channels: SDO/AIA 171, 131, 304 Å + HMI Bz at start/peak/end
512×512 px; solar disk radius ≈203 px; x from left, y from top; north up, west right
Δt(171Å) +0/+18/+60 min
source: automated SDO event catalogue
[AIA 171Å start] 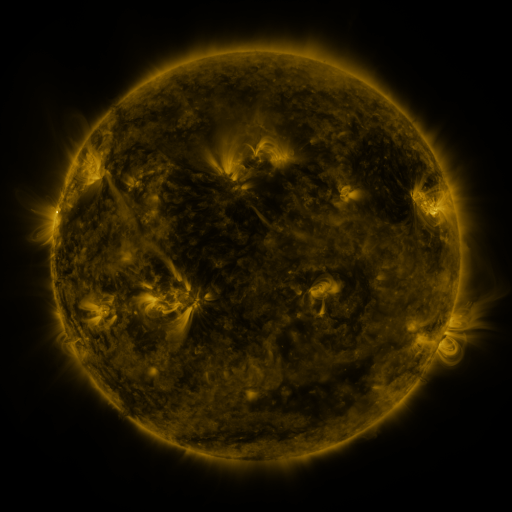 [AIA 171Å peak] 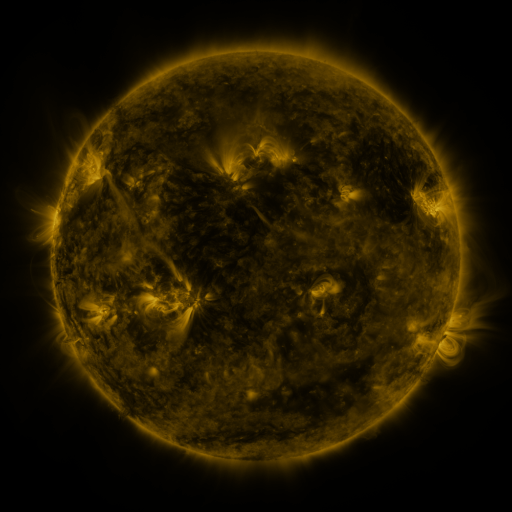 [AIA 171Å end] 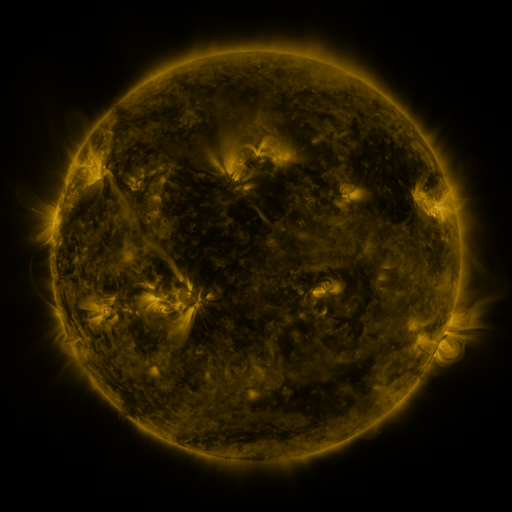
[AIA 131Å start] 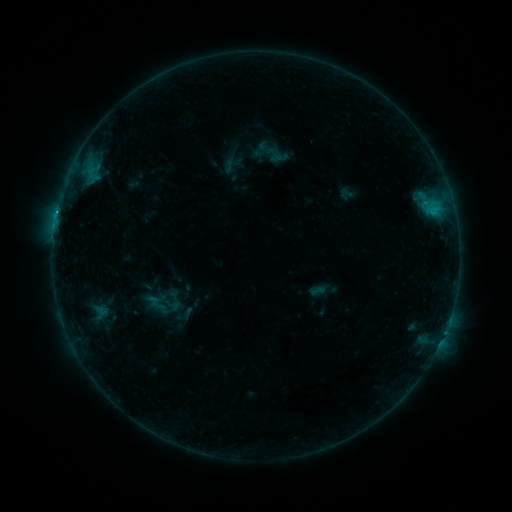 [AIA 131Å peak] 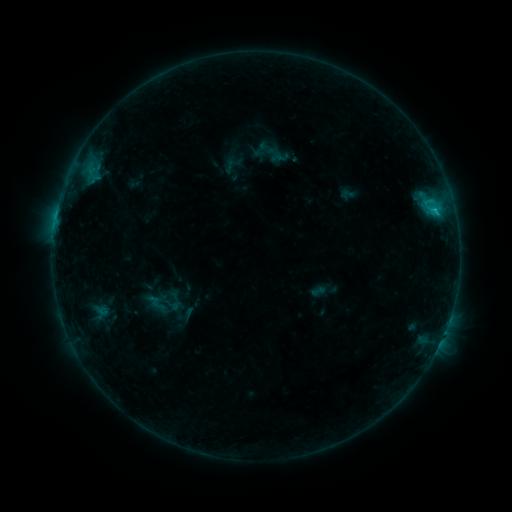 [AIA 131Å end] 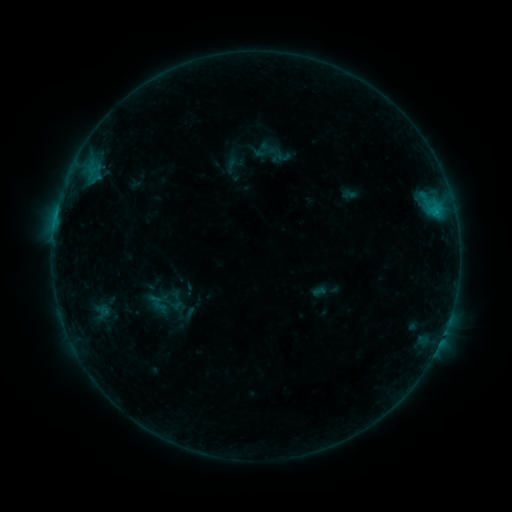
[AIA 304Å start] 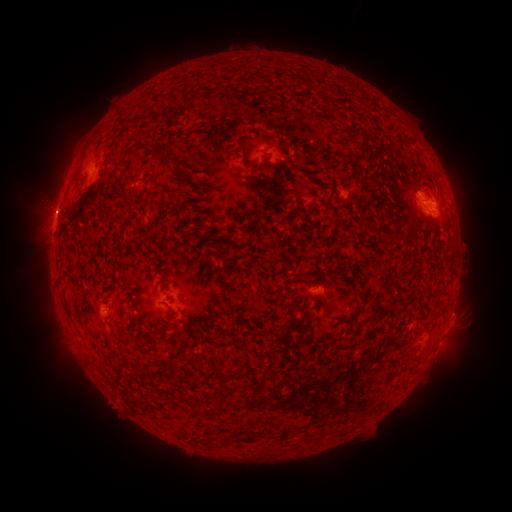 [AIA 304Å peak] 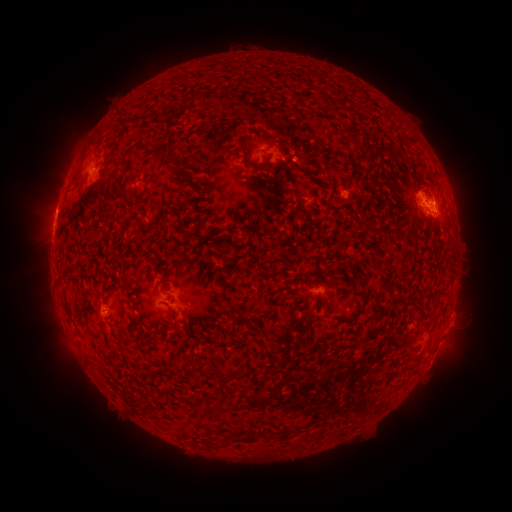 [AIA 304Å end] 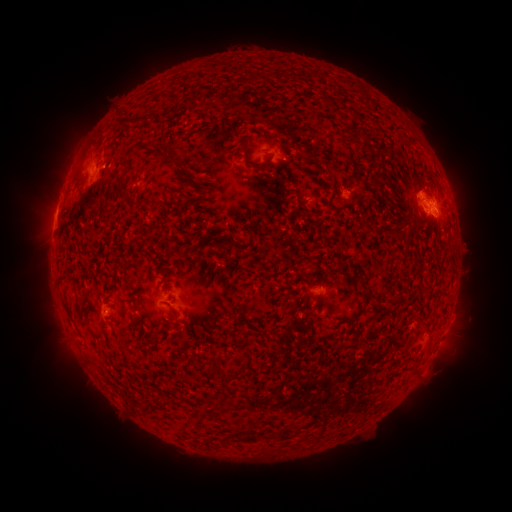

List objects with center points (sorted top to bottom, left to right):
C1.1 flare: (434, 213)
